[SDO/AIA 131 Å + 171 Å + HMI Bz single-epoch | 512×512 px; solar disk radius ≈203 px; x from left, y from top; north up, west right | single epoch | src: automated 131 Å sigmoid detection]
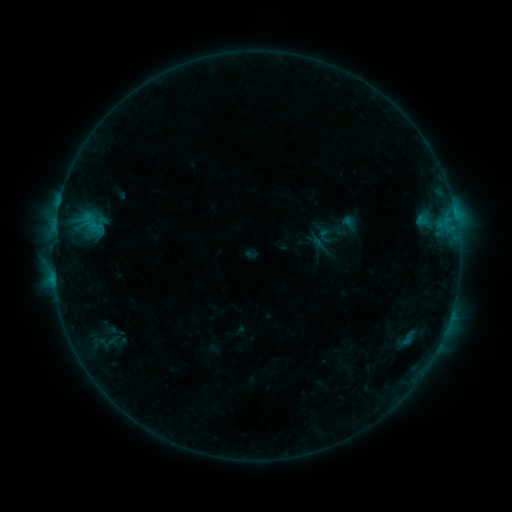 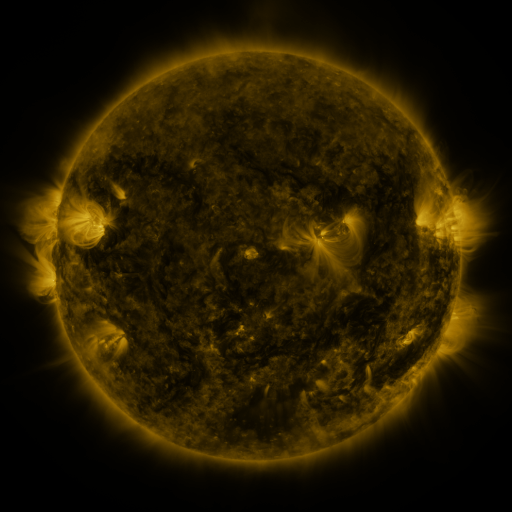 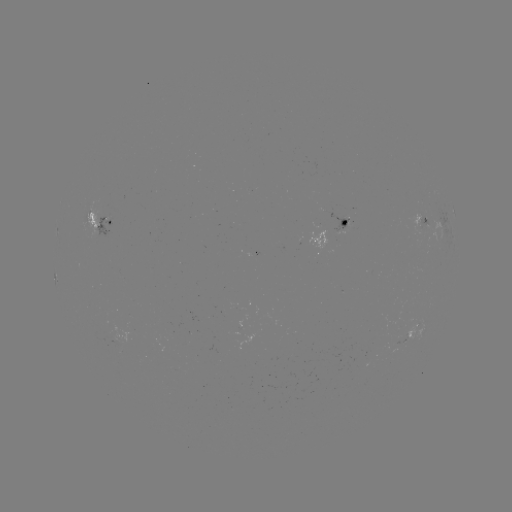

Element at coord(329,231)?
sigmoid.